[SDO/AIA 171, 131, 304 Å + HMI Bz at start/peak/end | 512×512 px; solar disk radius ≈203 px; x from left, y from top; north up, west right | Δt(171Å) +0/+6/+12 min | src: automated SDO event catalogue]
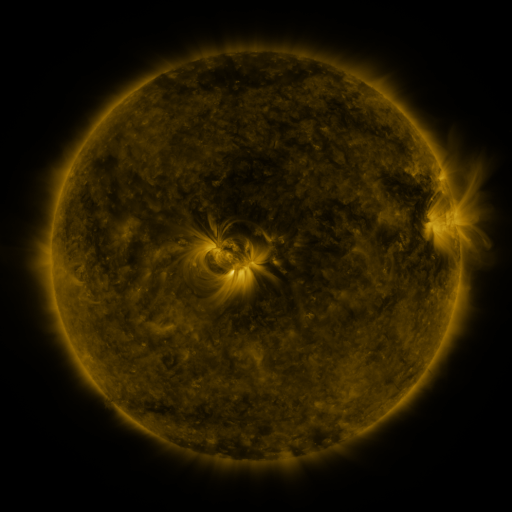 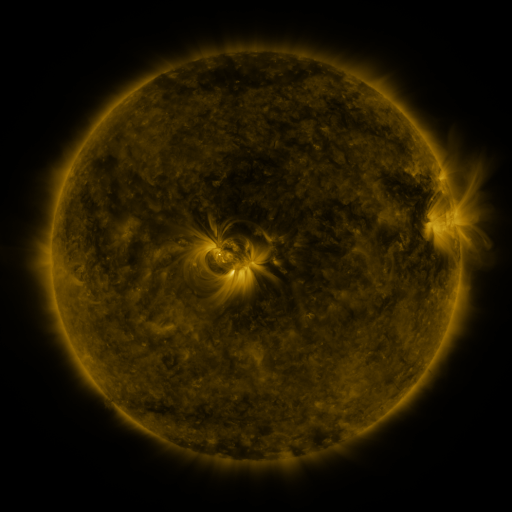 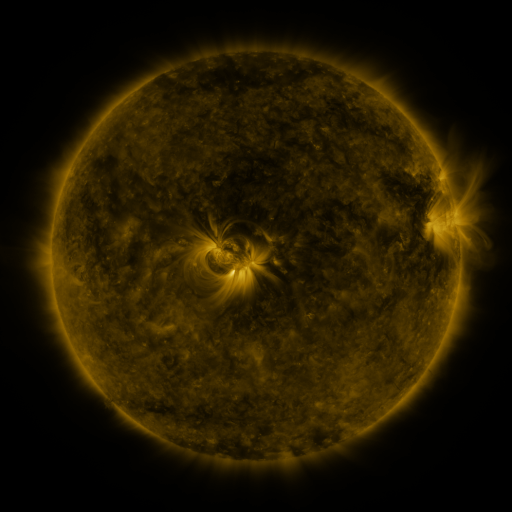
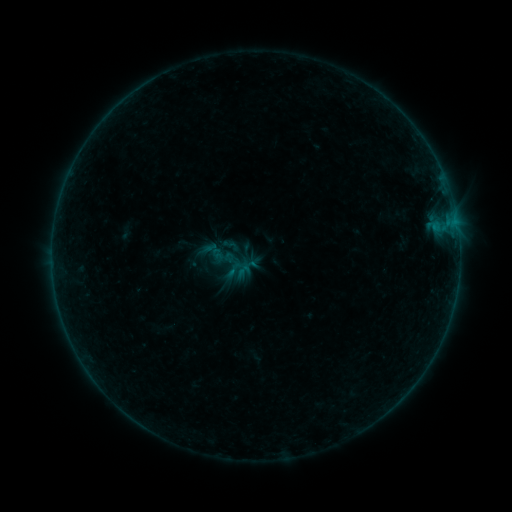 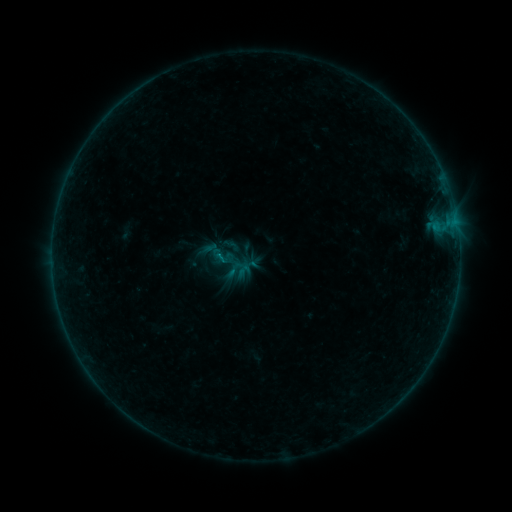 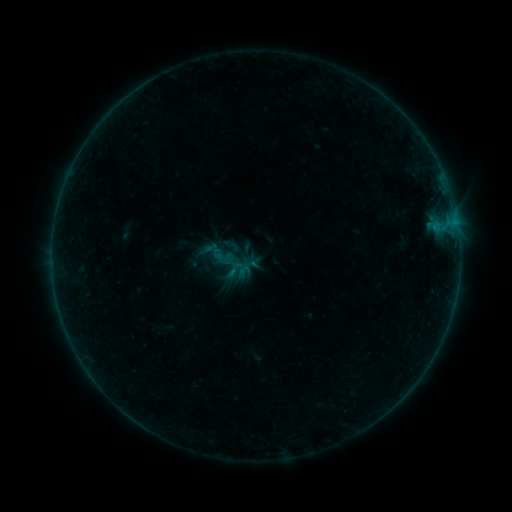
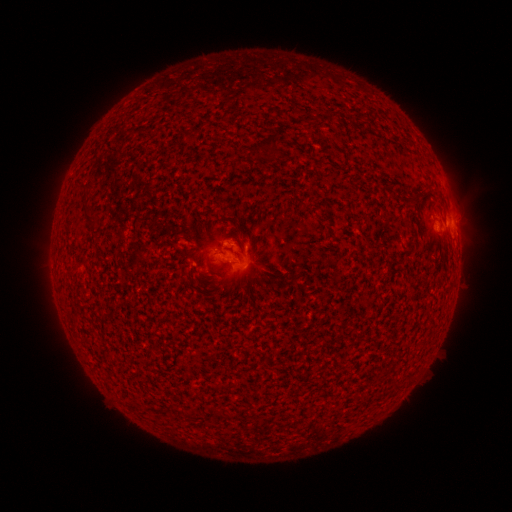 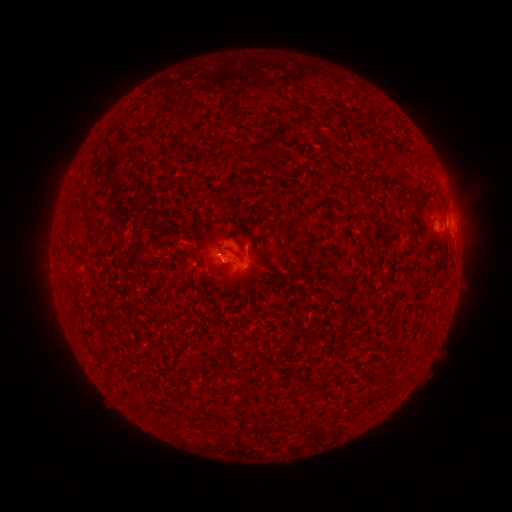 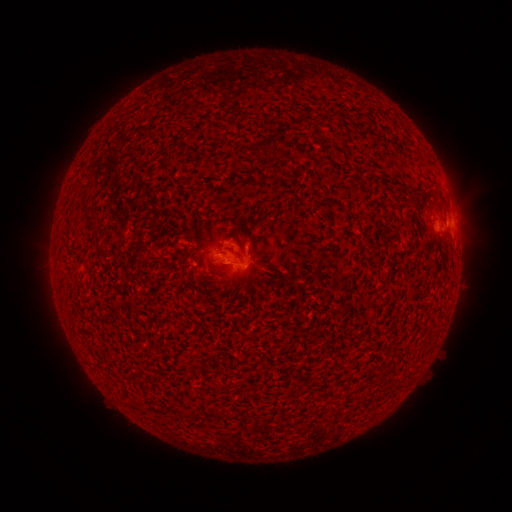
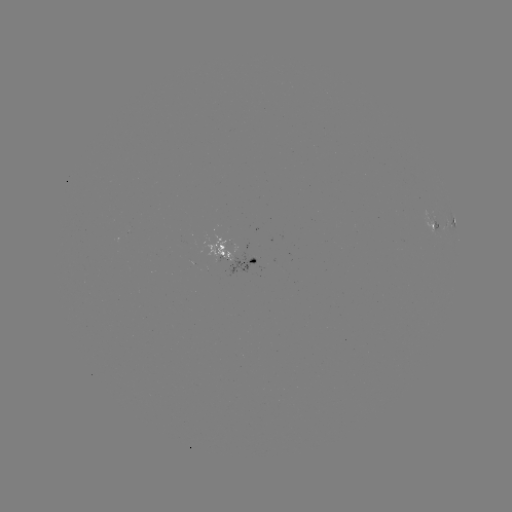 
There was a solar flare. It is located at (220, 259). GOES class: B3.4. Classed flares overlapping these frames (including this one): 1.